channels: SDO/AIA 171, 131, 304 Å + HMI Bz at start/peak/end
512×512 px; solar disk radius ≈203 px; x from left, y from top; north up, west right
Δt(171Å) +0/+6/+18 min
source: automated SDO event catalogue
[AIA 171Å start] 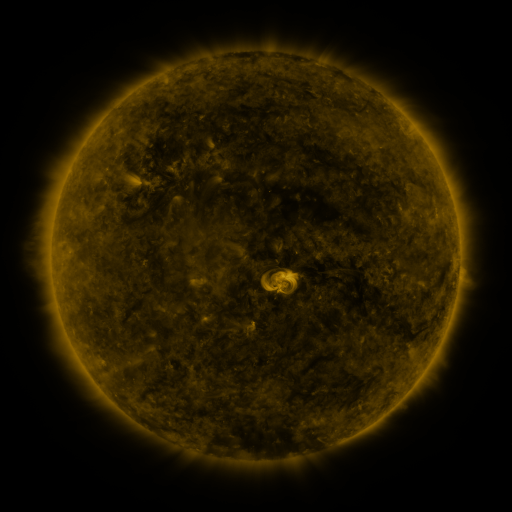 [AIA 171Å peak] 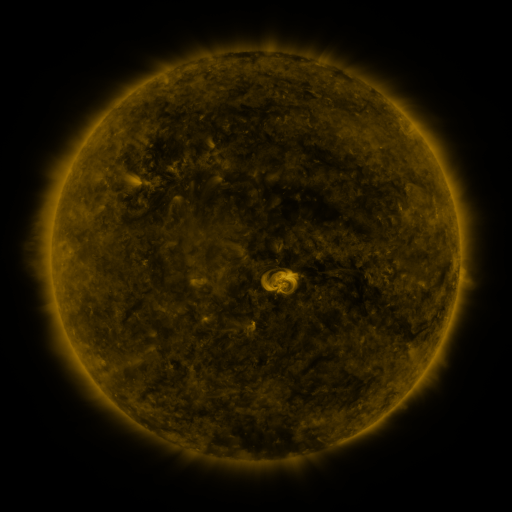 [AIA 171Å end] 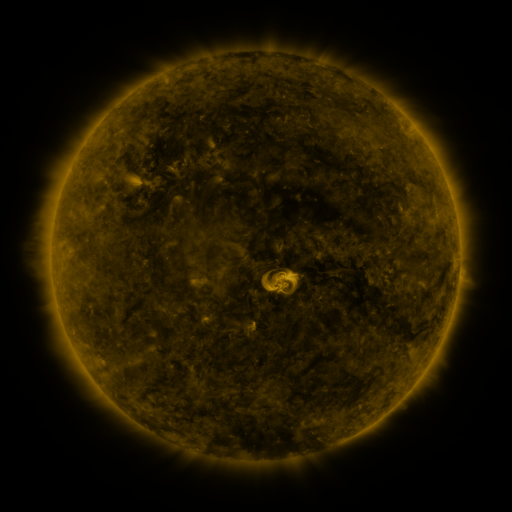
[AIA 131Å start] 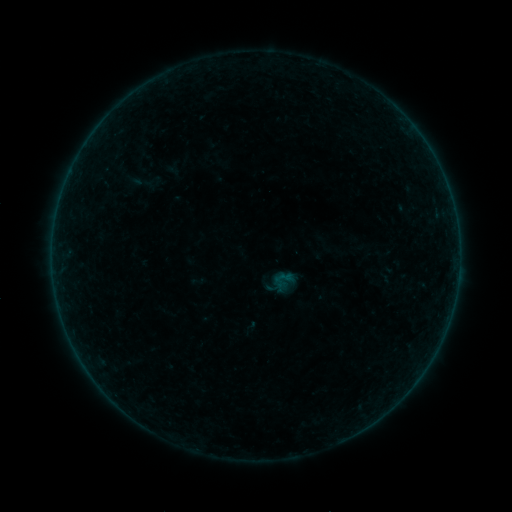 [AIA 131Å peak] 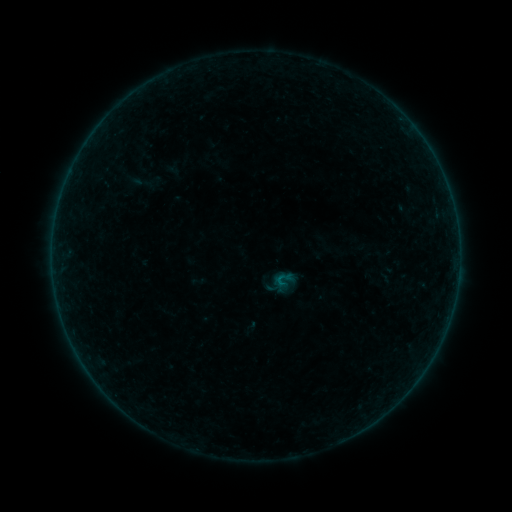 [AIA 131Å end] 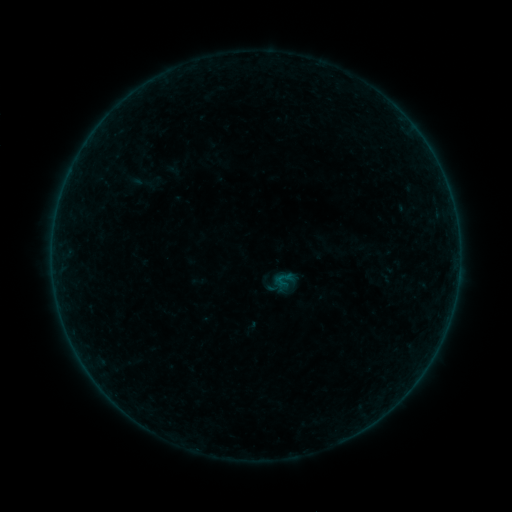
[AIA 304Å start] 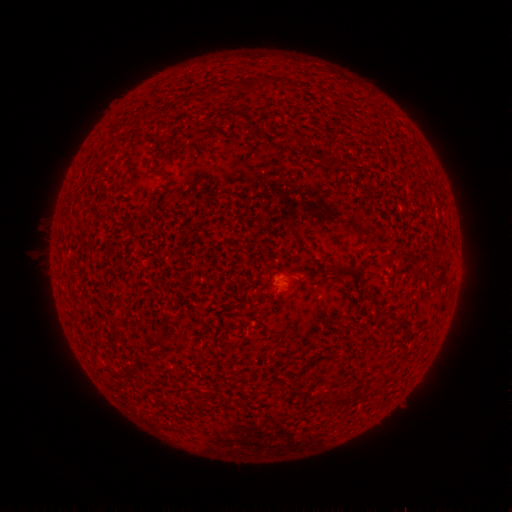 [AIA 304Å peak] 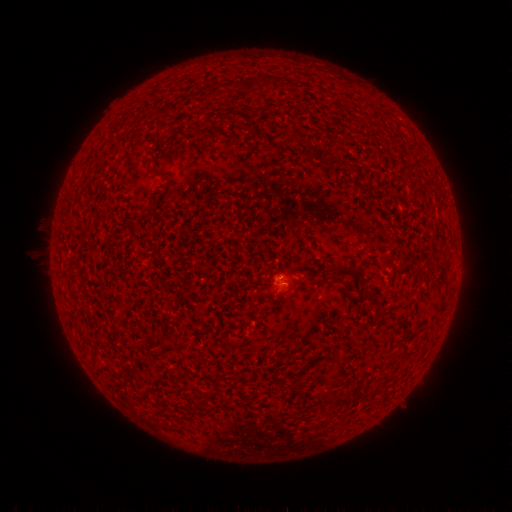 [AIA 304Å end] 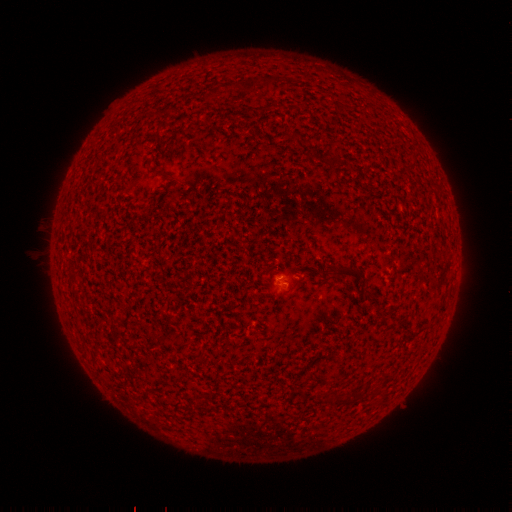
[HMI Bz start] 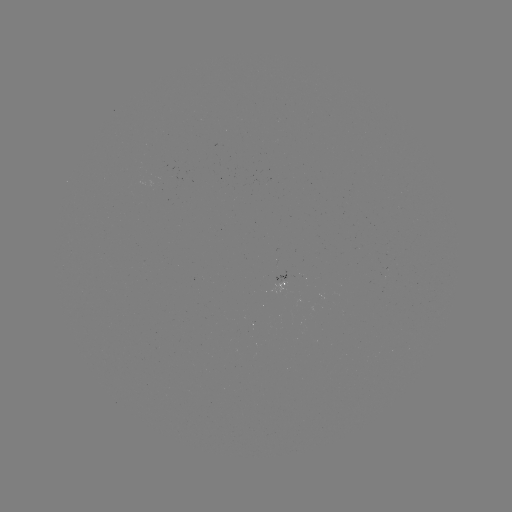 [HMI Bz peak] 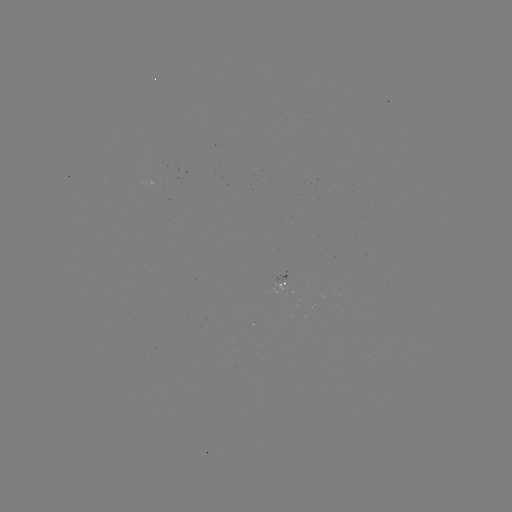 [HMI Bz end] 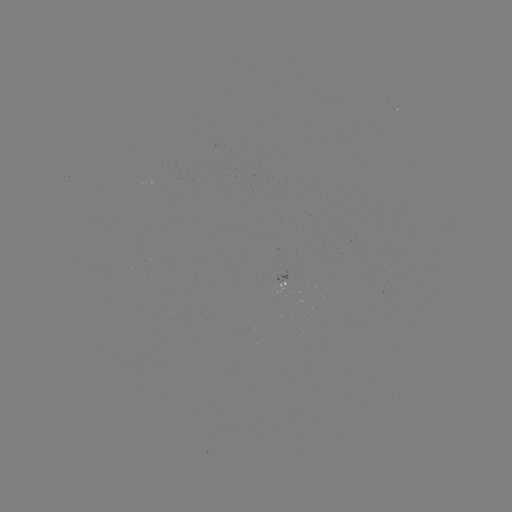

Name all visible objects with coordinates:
B1.2 flare: (276, 277)
